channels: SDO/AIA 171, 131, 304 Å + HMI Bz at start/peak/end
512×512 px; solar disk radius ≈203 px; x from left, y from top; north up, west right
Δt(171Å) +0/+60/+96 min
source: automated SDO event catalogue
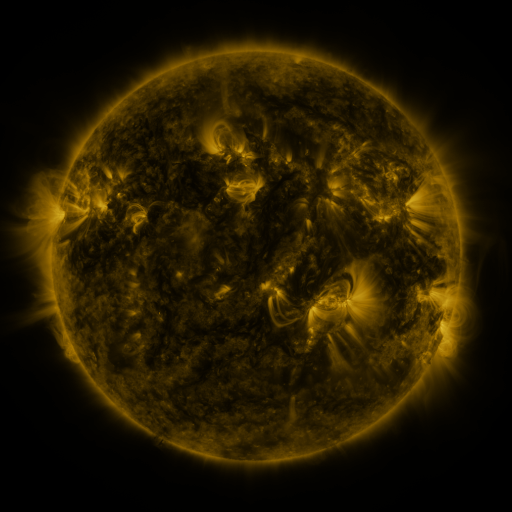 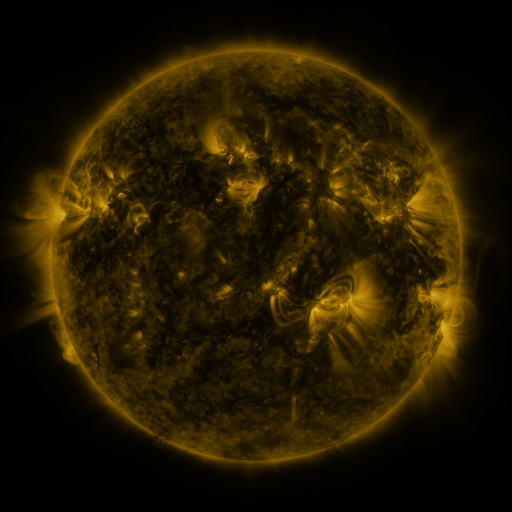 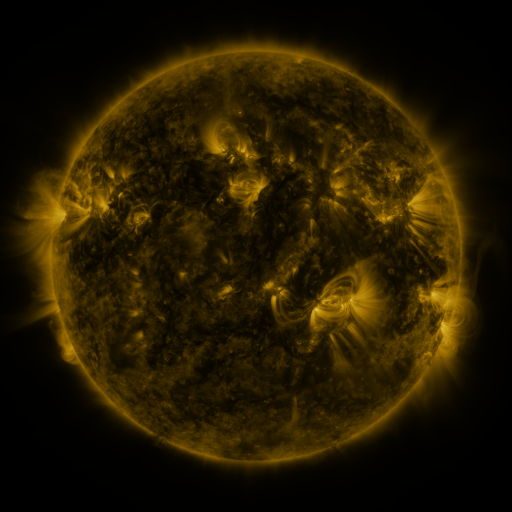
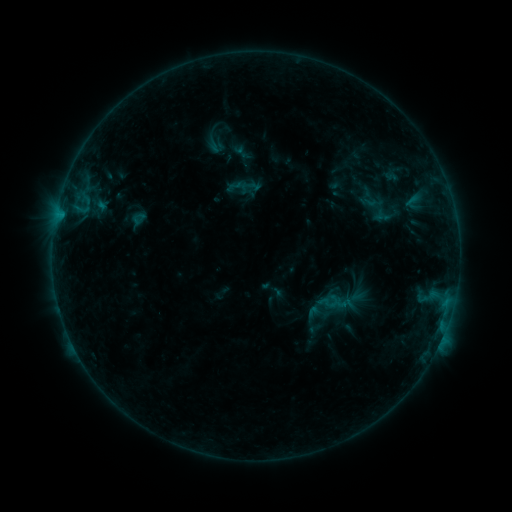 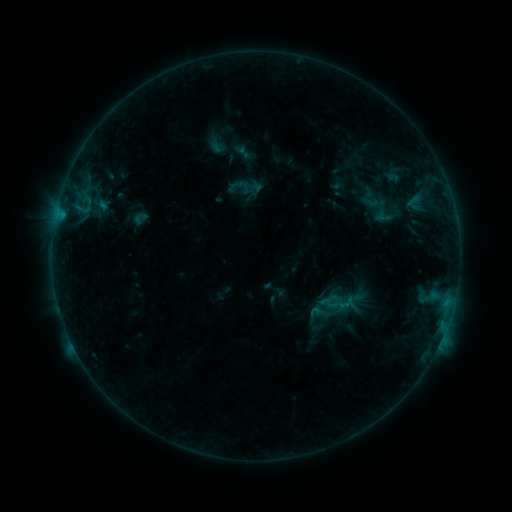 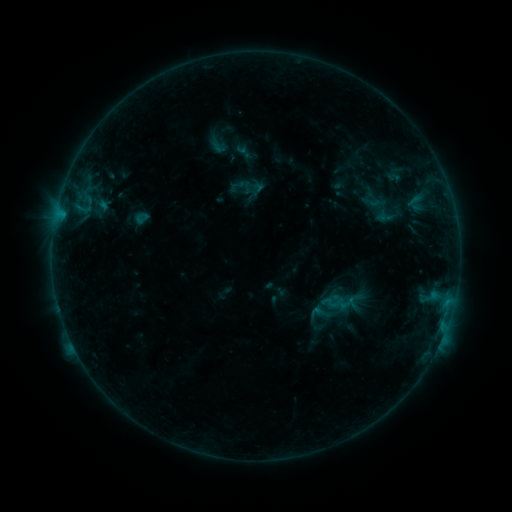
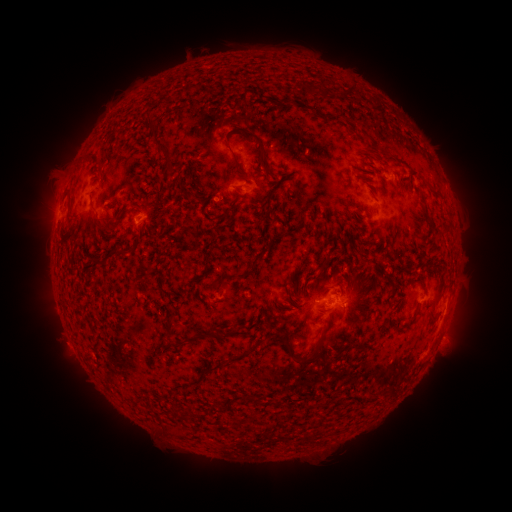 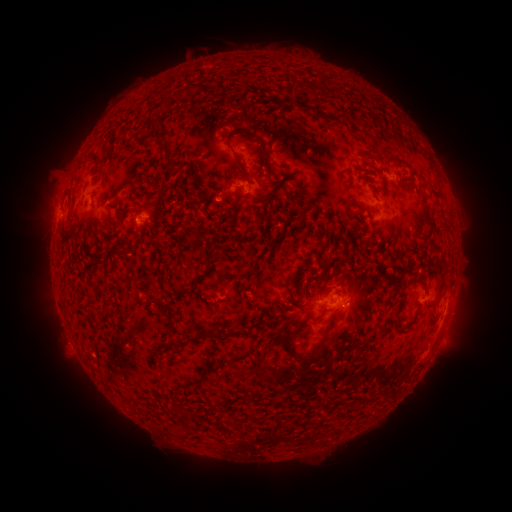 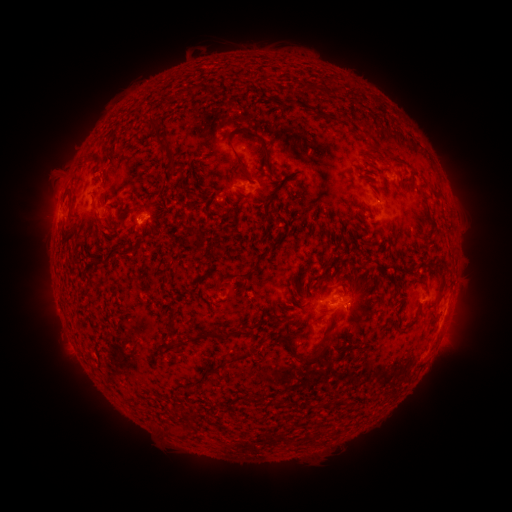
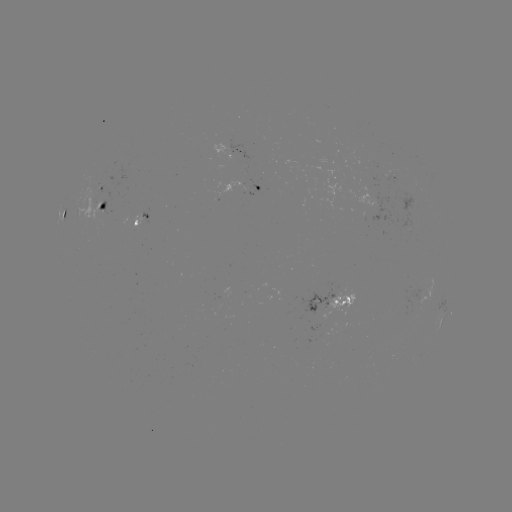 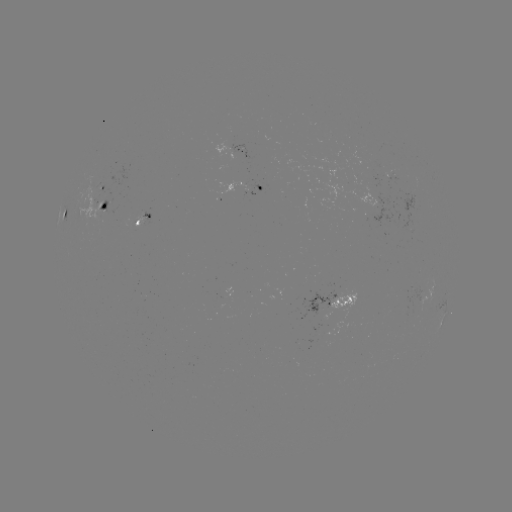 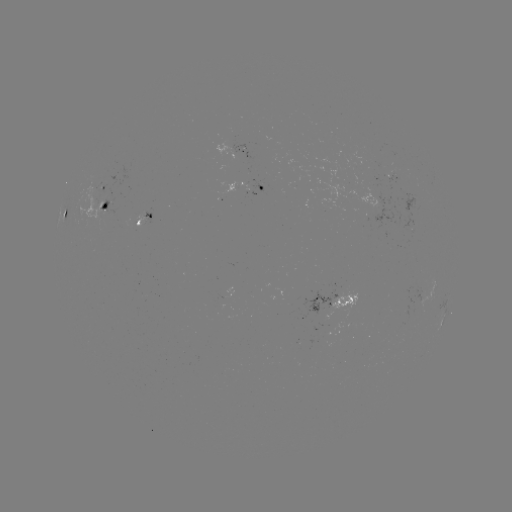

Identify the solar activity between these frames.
emerging-flux region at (99, 191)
